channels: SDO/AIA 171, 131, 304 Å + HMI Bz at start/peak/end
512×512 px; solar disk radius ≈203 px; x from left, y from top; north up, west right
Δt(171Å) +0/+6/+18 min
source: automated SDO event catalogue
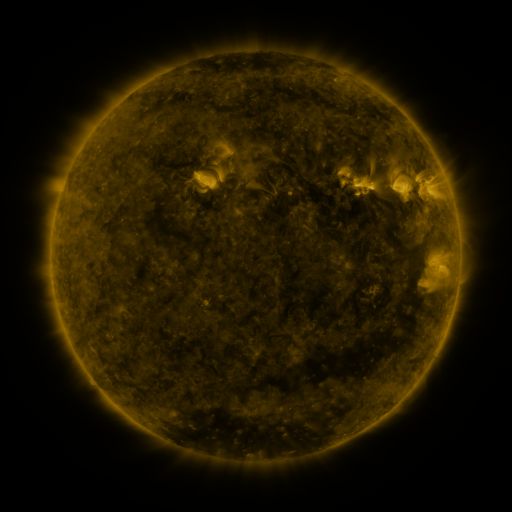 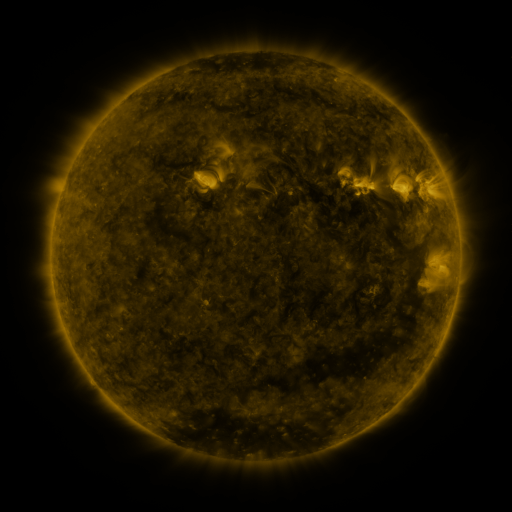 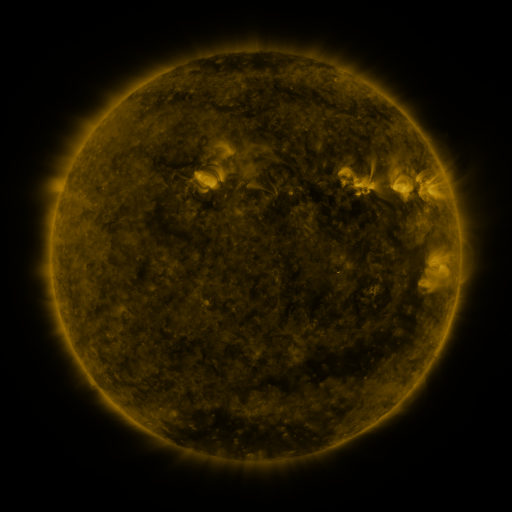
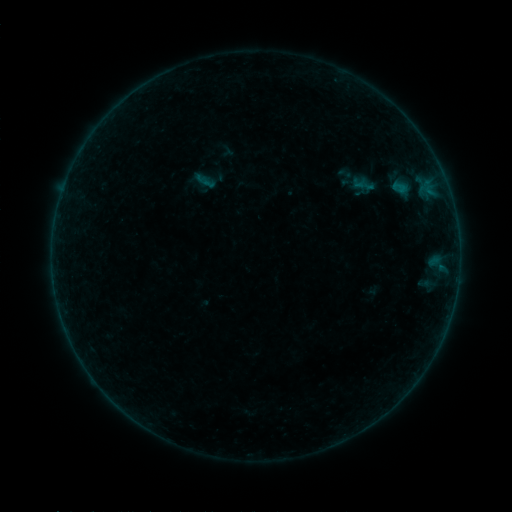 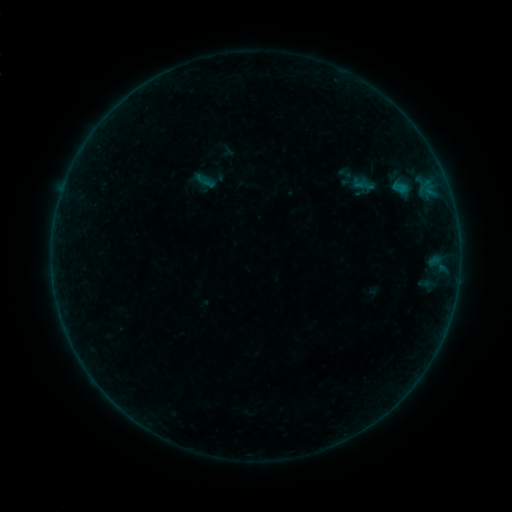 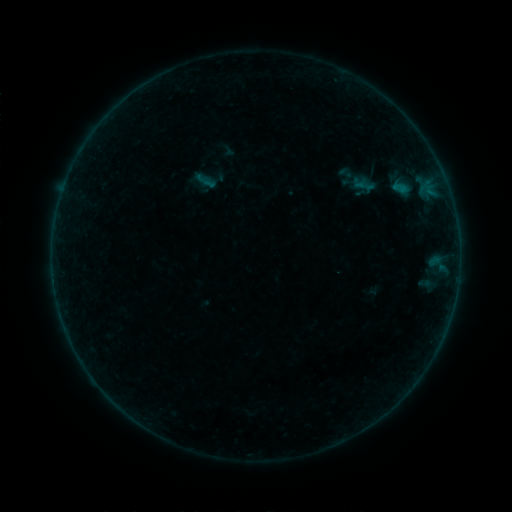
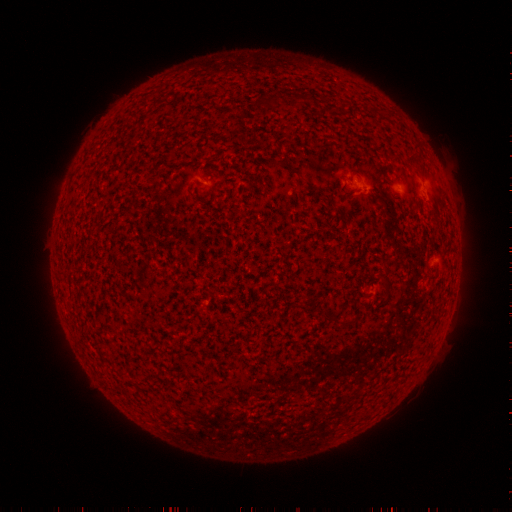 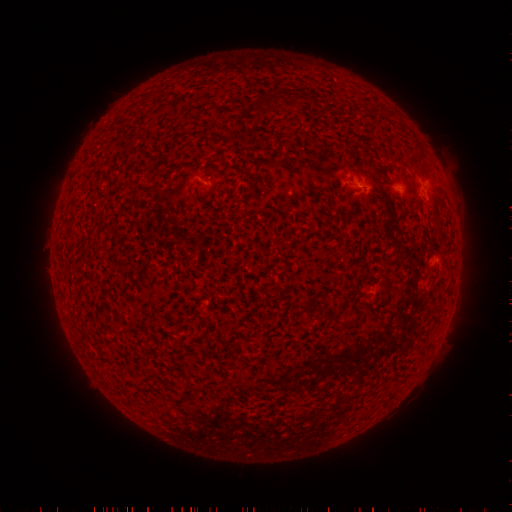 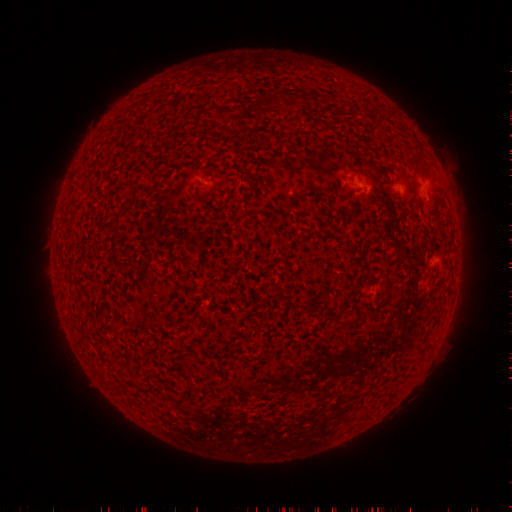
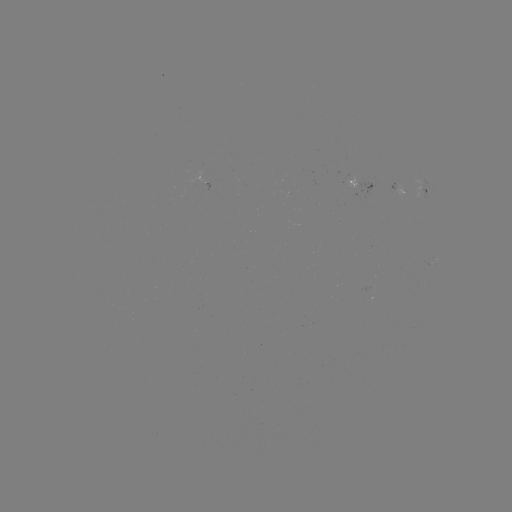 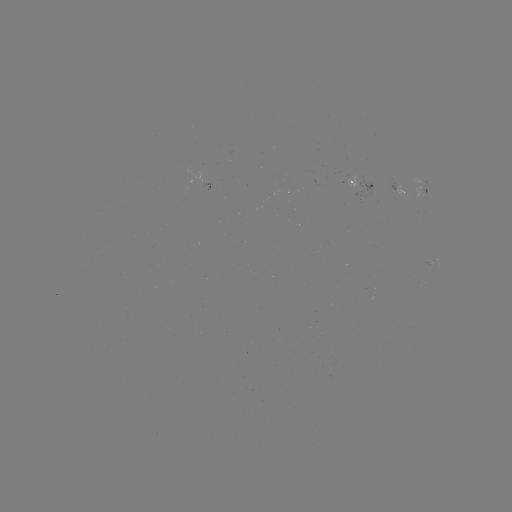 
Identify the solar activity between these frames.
no flare in any classed list; no EUV-trigger detection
